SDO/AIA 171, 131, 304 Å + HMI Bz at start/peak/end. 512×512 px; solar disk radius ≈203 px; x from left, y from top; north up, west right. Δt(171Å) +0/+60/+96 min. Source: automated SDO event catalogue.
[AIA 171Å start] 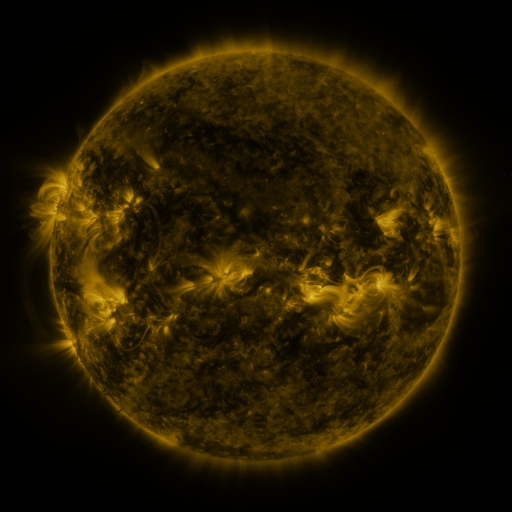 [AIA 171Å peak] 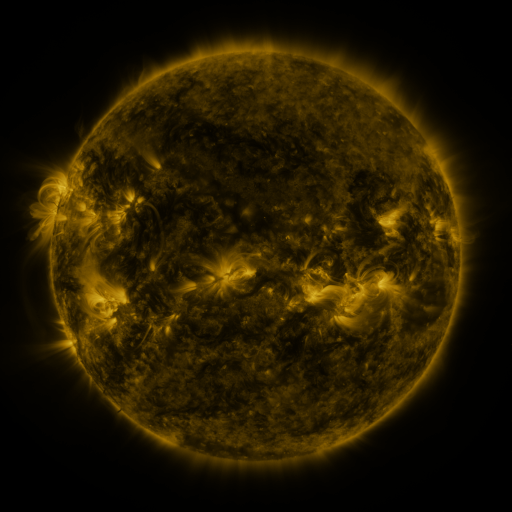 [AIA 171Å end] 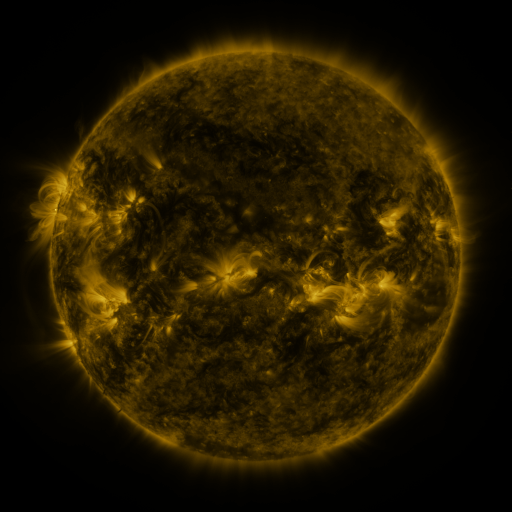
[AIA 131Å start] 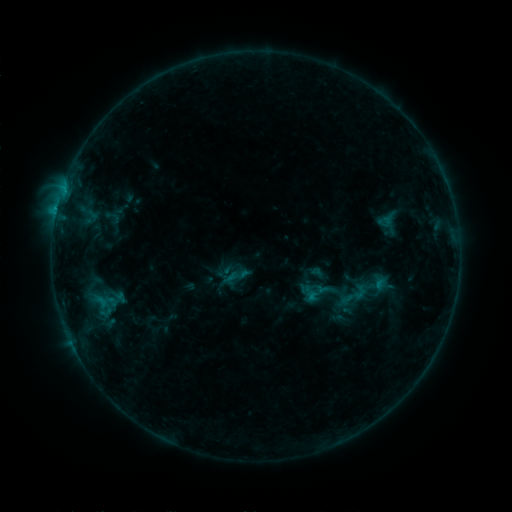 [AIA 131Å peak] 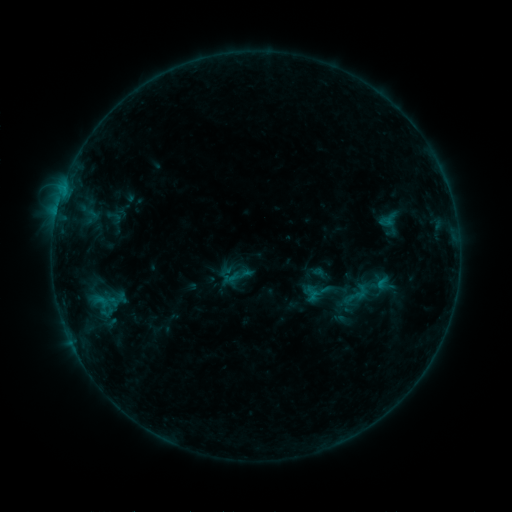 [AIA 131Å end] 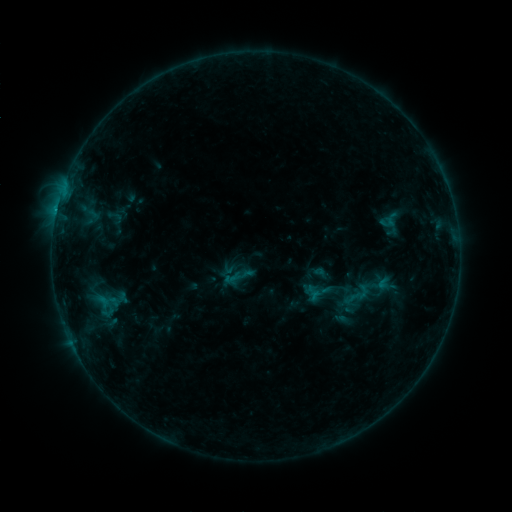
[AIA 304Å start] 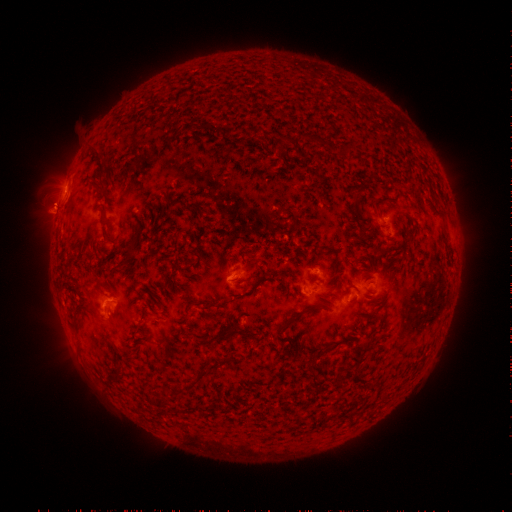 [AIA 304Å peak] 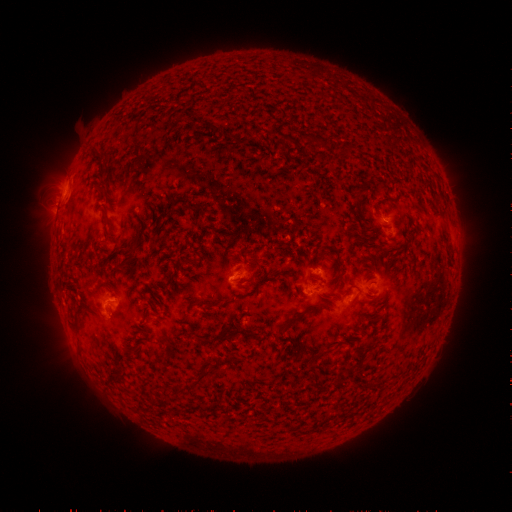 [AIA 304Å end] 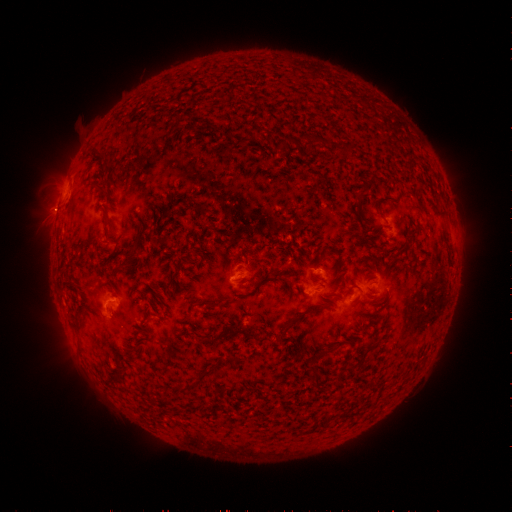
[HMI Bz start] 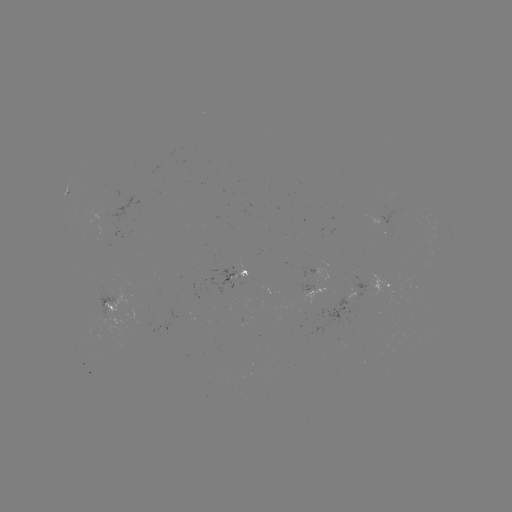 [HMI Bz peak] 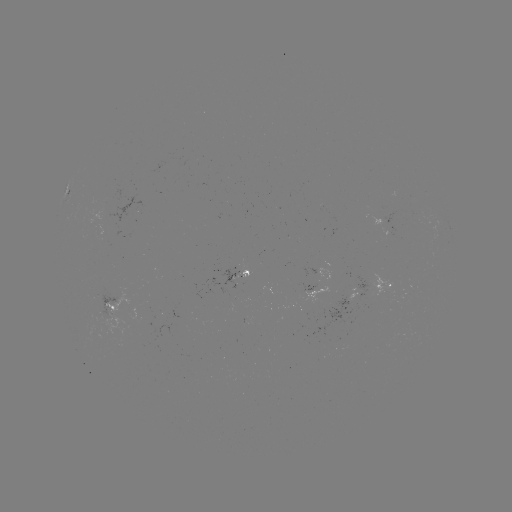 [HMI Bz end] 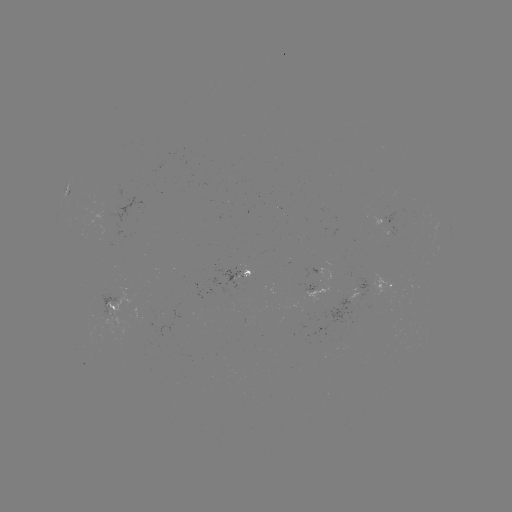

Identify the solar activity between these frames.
emerging-flux region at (366, 288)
